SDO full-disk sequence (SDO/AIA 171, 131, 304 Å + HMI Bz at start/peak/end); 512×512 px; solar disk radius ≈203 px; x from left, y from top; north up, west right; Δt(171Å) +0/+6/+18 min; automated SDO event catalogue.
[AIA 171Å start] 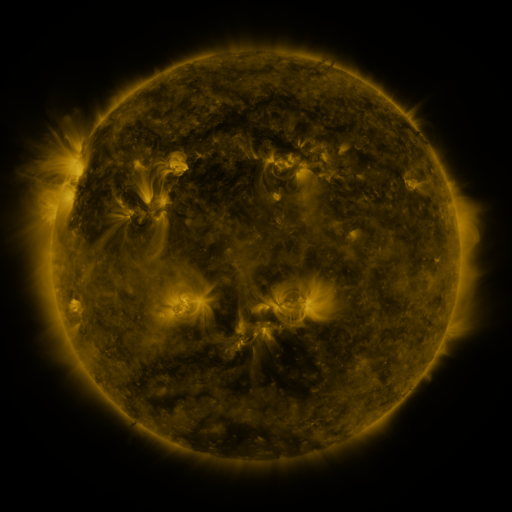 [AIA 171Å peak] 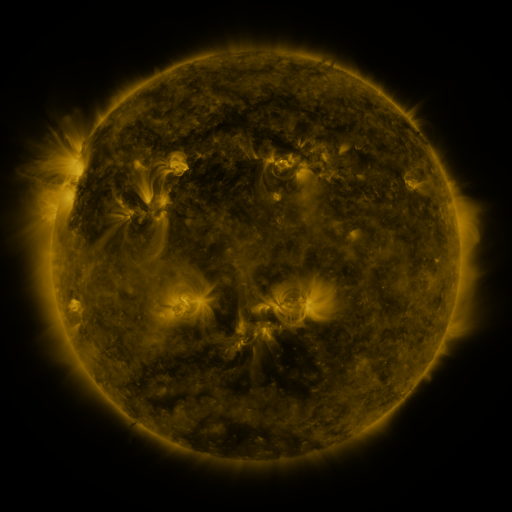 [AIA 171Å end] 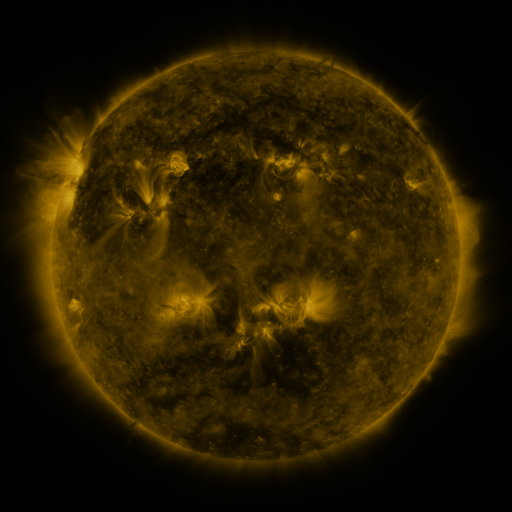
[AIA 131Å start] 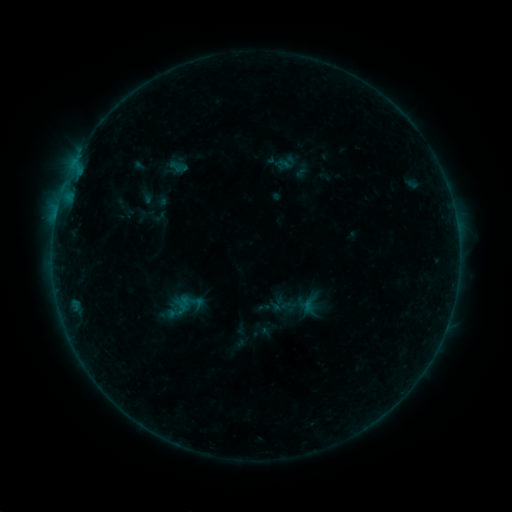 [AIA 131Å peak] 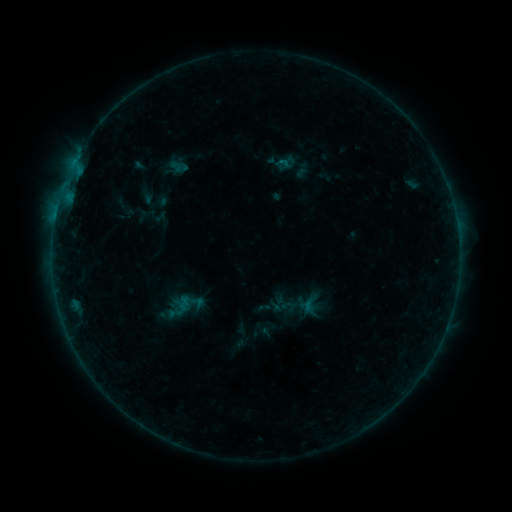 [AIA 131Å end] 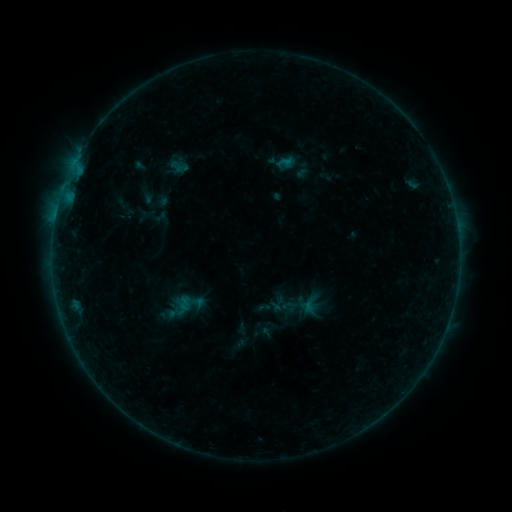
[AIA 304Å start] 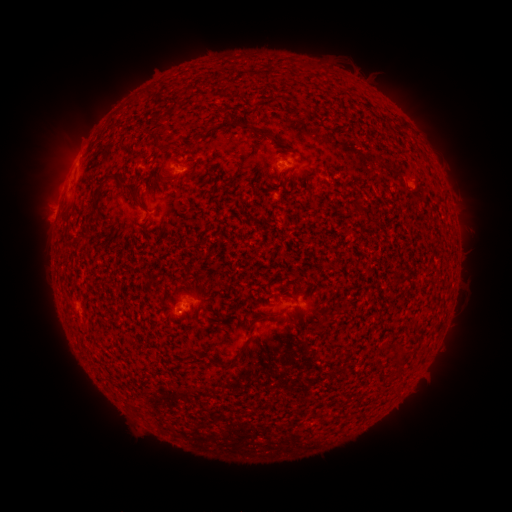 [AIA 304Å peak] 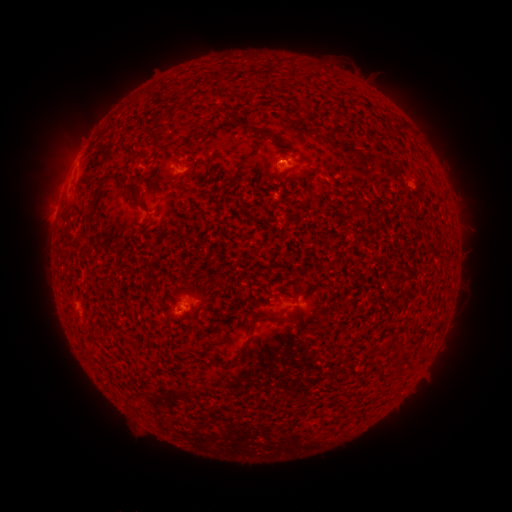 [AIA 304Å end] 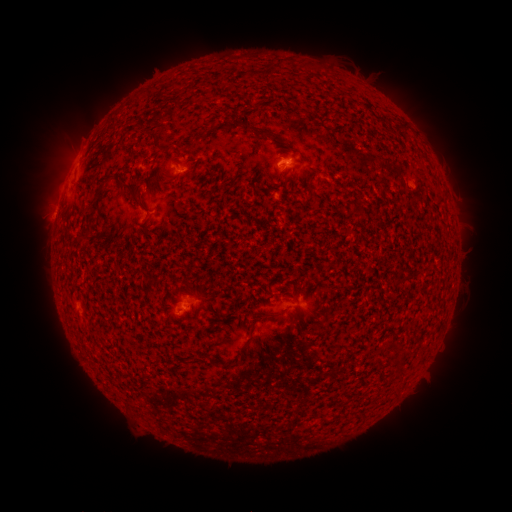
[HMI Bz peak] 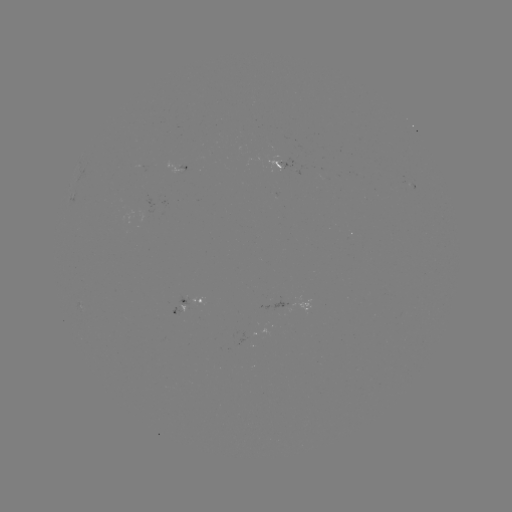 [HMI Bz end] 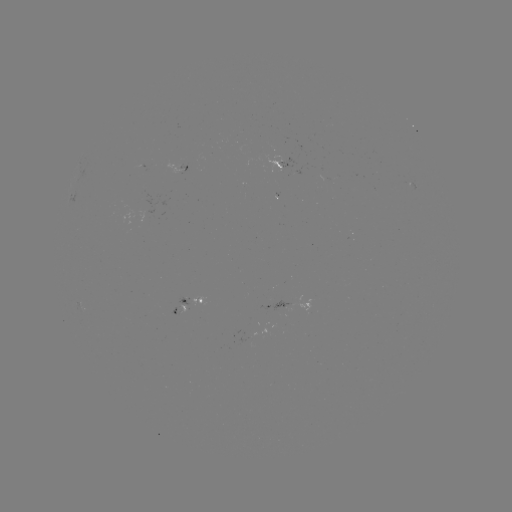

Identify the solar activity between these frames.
B2.3 flare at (282, 164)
